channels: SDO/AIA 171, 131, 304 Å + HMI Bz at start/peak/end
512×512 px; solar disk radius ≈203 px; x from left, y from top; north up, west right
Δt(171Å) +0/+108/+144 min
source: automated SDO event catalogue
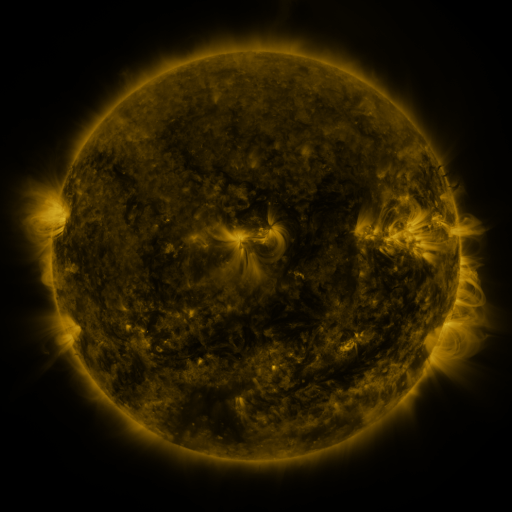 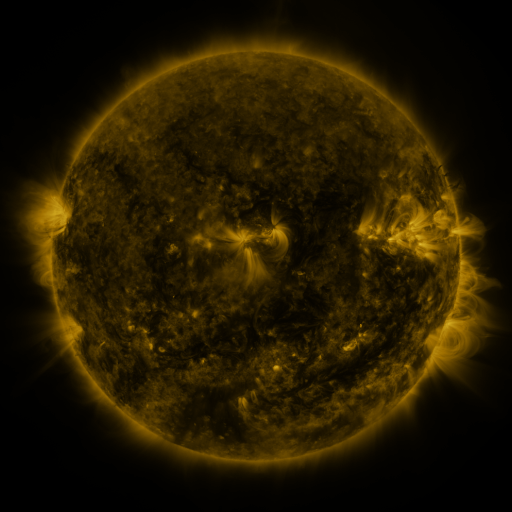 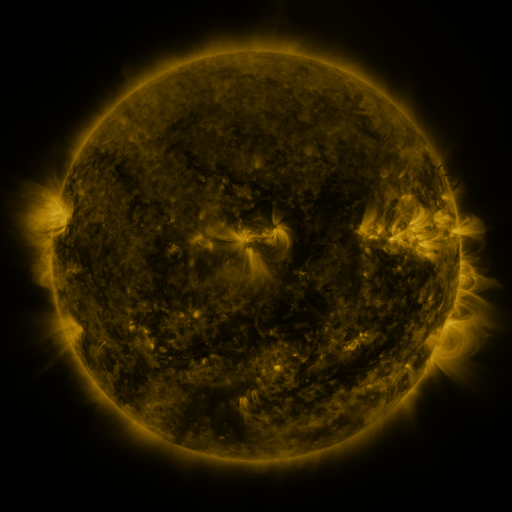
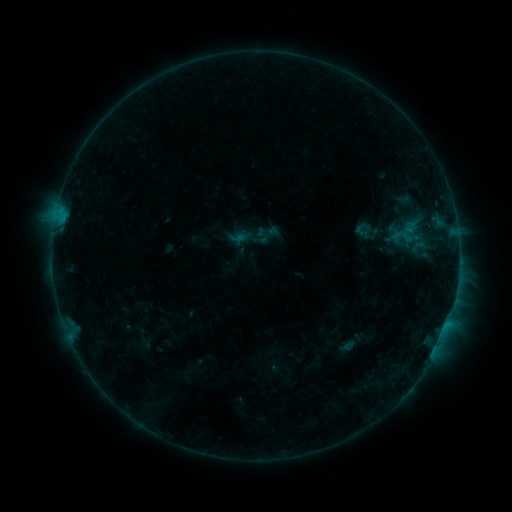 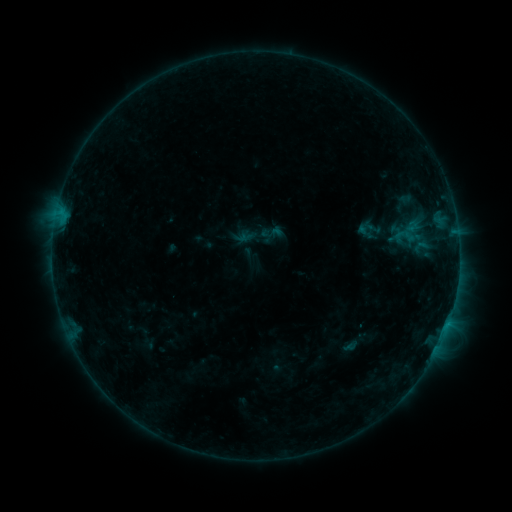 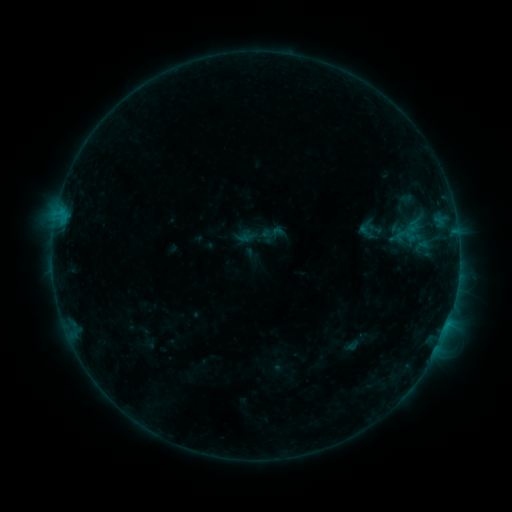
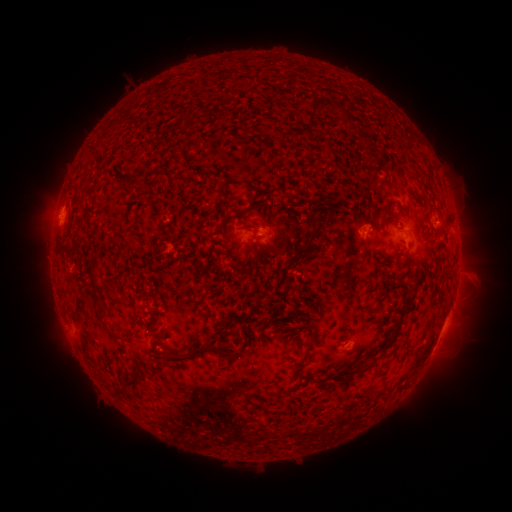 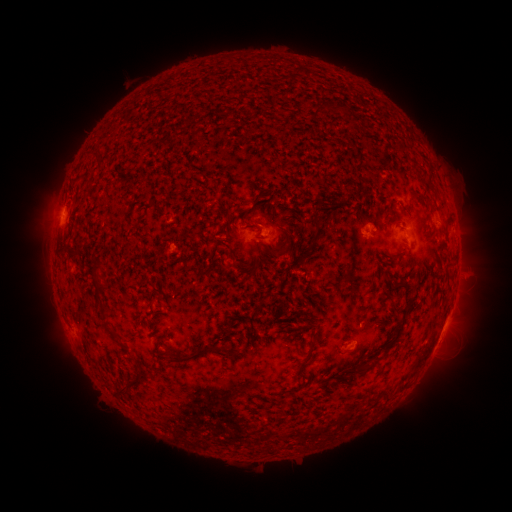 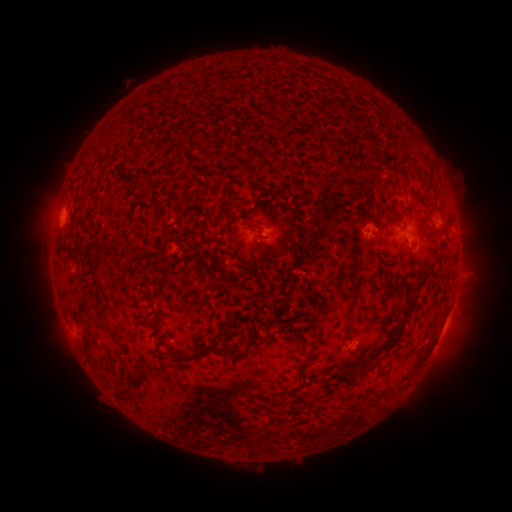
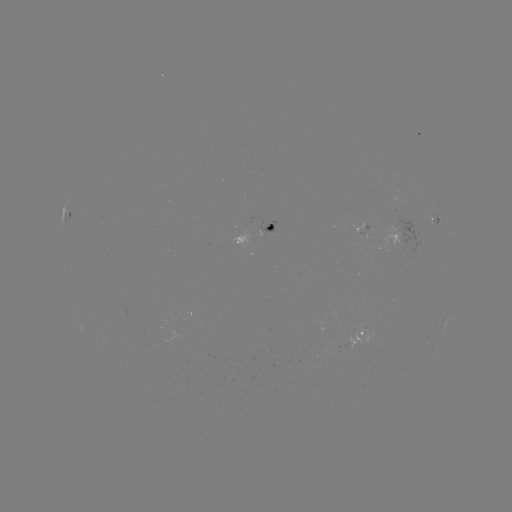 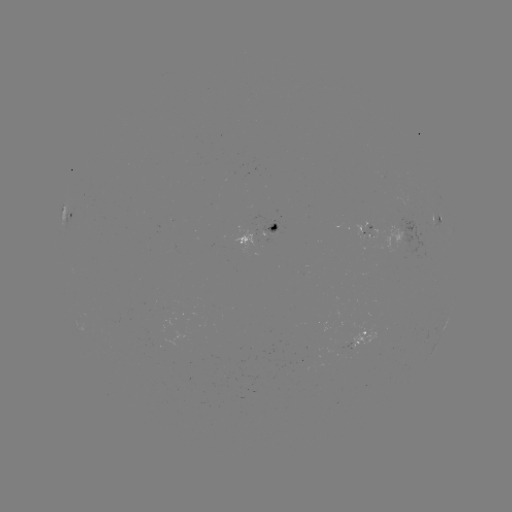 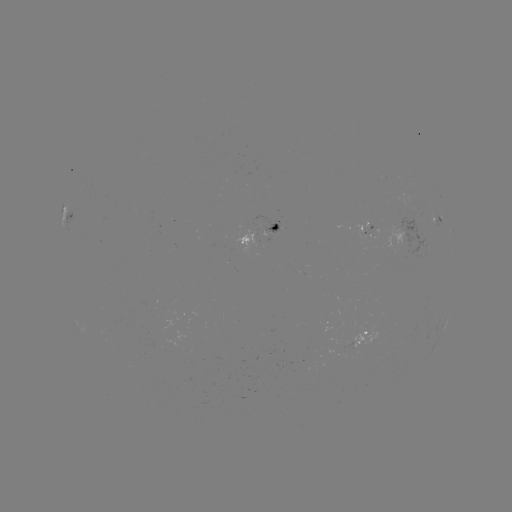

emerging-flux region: [374, 171, 385, 173]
